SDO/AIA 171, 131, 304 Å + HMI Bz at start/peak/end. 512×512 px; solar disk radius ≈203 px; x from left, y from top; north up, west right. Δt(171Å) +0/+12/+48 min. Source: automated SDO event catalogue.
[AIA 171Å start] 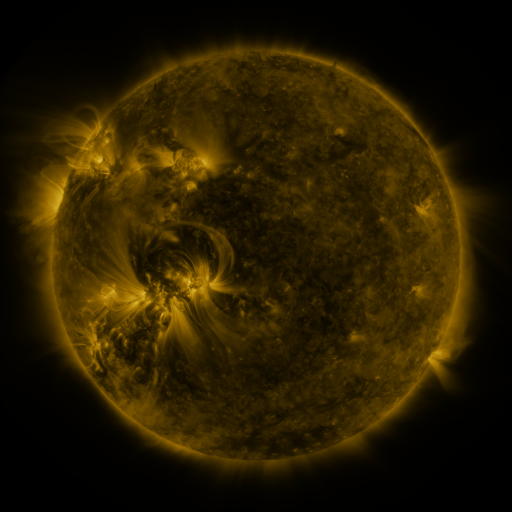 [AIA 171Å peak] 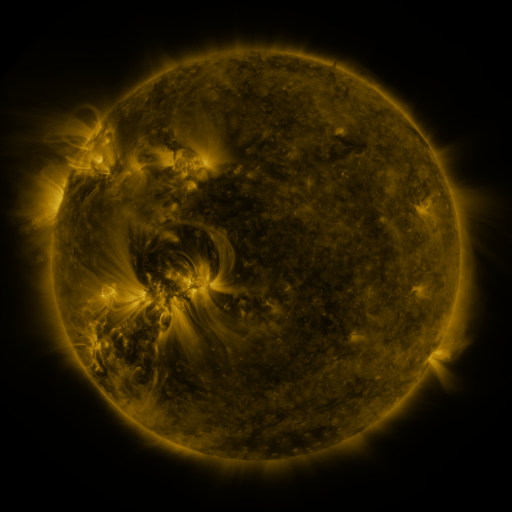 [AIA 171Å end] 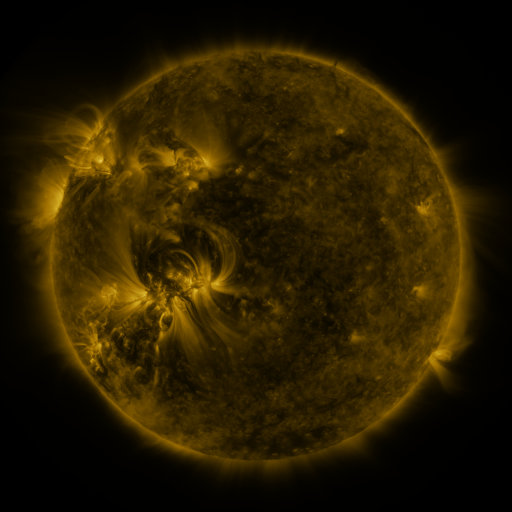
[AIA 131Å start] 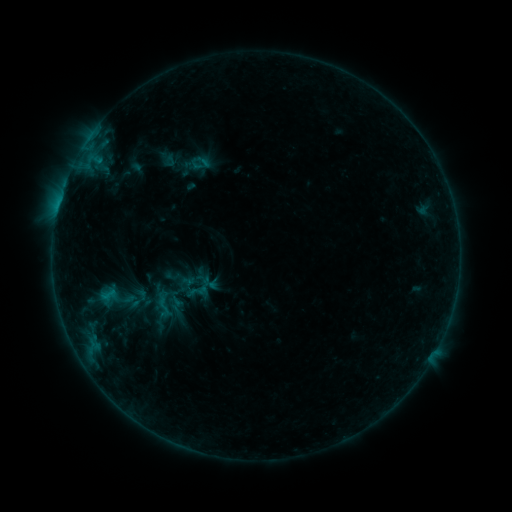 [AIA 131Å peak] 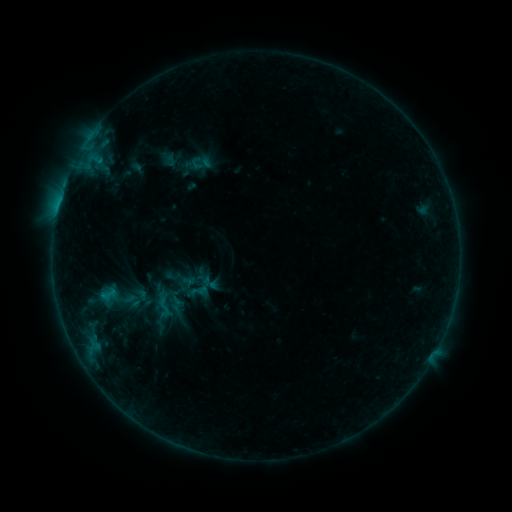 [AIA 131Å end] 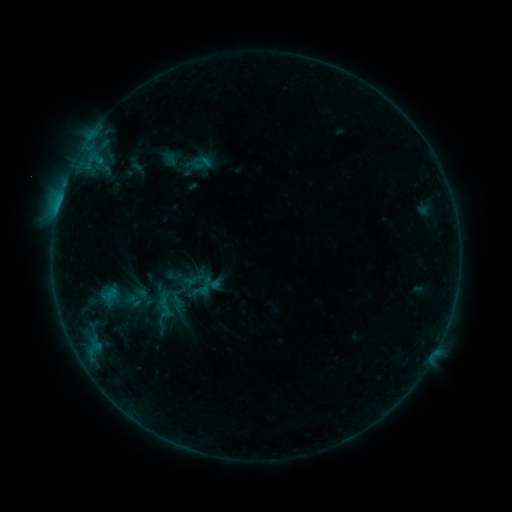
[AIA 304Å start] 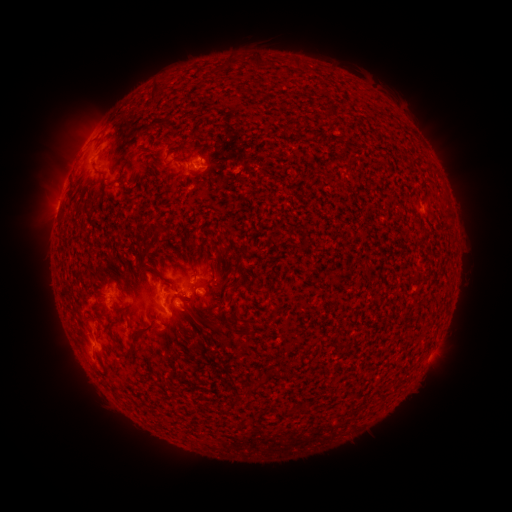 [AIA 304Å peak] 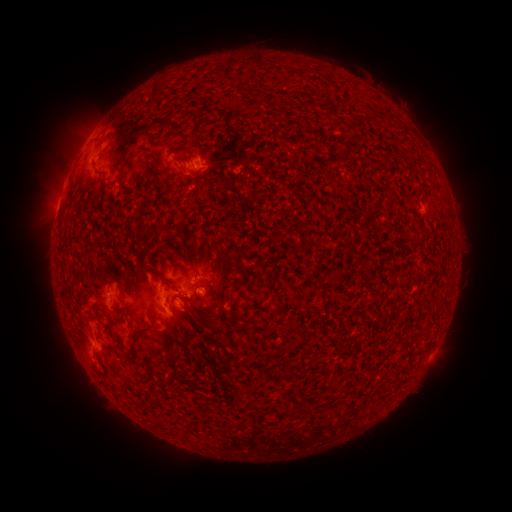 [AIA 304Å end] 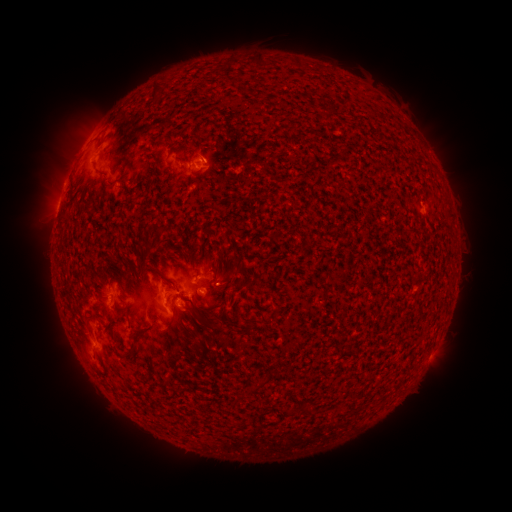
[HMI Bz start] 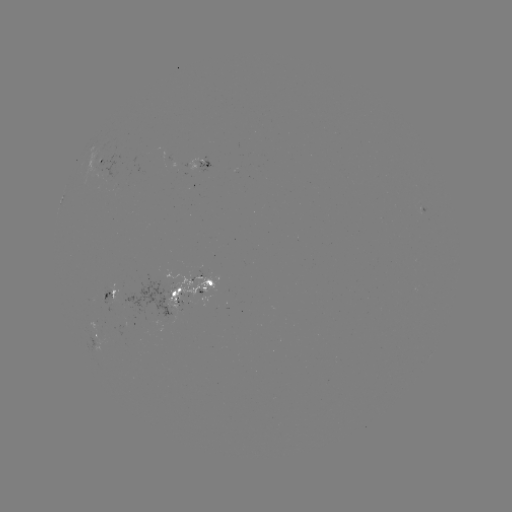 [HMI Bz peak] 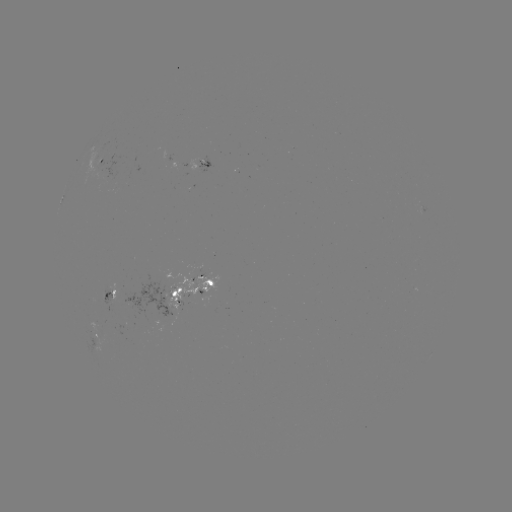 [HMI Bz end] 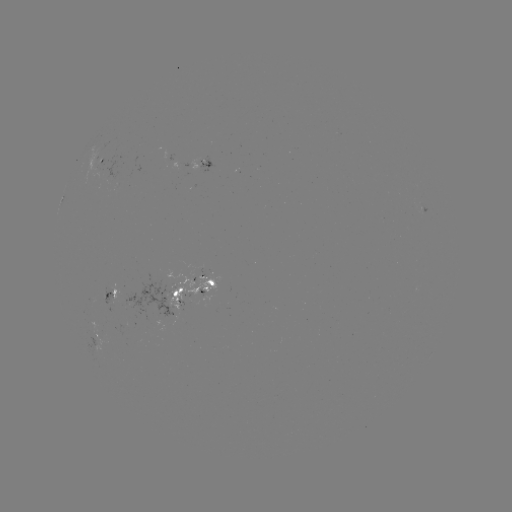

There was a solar emerging-flux region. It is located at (111, 290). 